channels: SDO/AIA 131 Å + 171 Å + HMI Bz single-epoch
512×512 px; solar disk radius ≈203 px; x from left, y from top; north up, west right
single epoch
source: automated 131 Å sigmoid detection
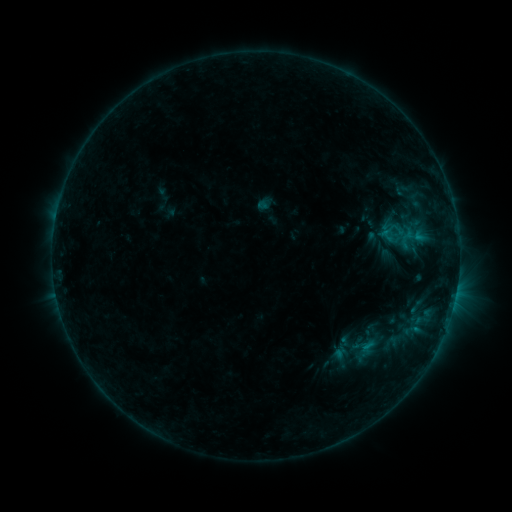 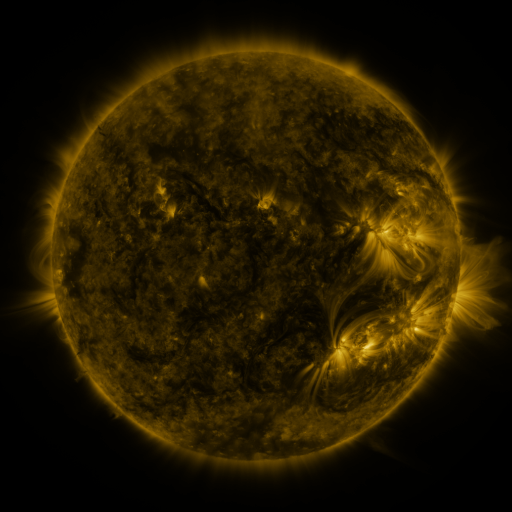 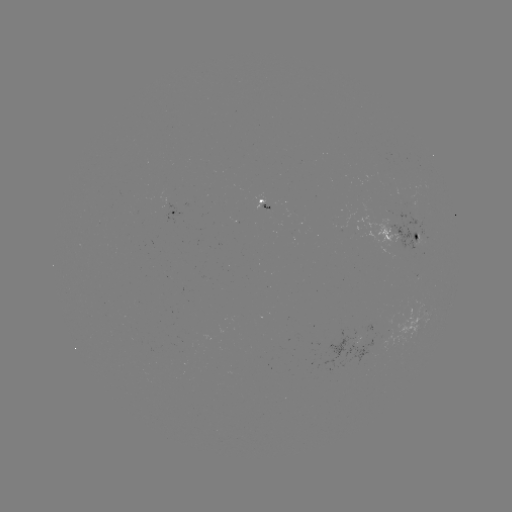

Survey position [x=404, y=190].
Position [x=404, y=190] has sigmoid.